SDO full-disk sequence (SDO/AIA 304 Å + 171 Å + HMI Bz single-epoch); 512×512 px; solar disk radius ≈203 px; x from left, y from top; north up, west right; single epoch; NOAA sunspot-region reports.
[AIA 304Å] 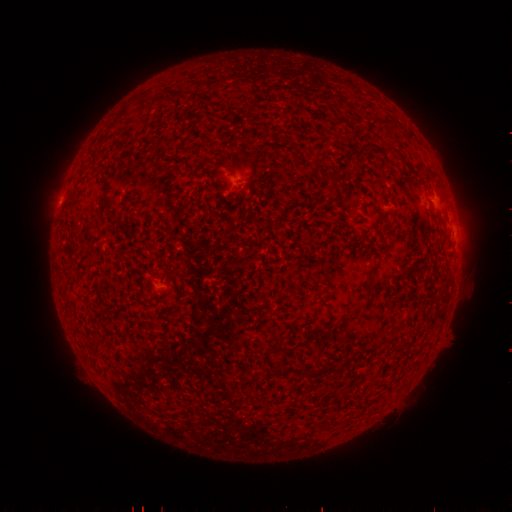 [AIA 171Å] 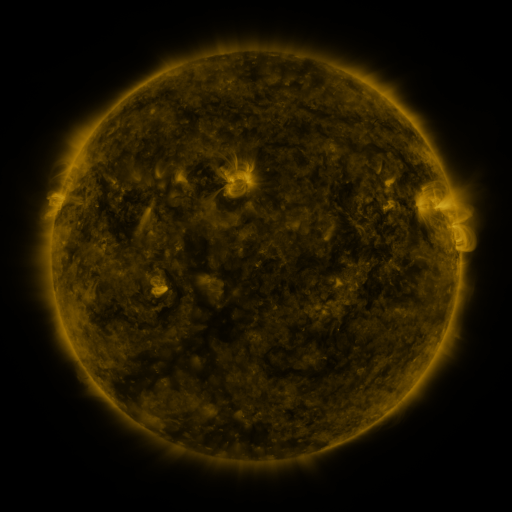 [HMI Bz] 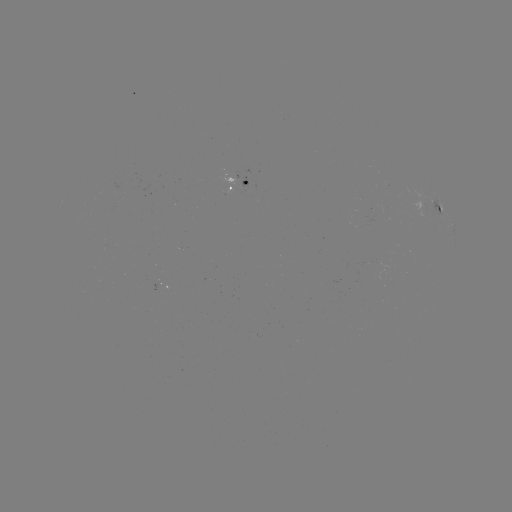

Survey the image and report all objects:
spotted active region: (238, 183)
spotted active region: (434, 205)
